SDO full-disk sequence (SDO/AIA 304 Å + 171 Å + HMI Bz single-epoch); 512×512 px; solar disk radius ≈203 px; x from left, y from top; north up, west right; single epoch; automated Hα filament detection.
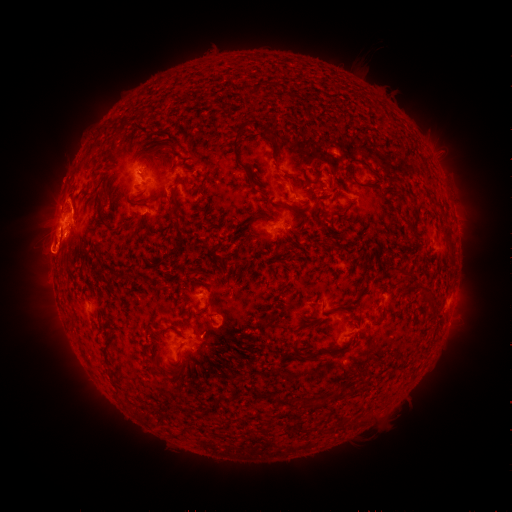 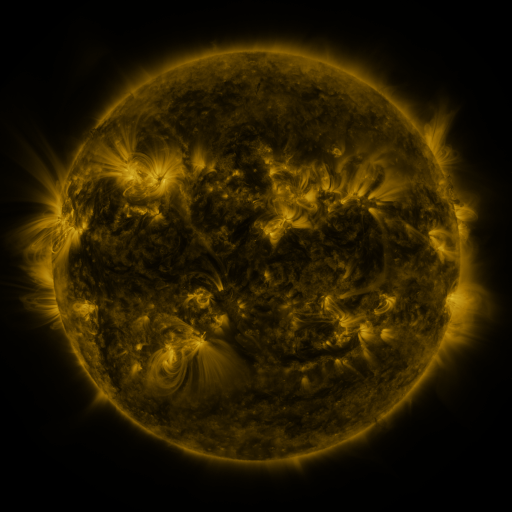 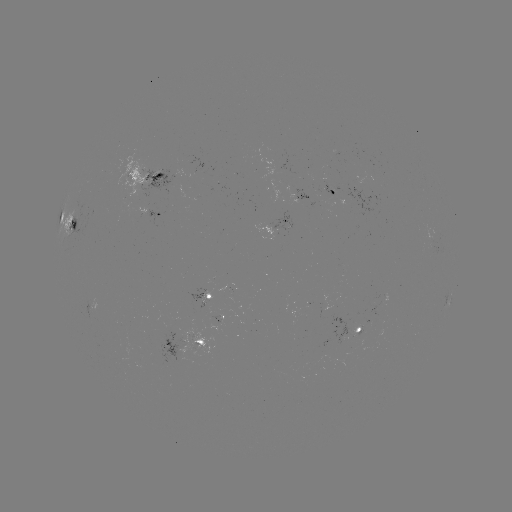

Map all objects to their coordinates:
filament: [253, 81, 264, 98]
filament: [231, 122, 249, 171]
filament: [266, 129, 278, 143]
filament: [353, 159, 370, 169]
filament: [345, 164, 355, 181]
filament: [169, 193, 177, 206]
filament: [97, 199, 115, 231]
filament: [163, 230, 184, 261]
filament: [398, 269, 411, 279]
filament: [309, 306, 316, 317]
filament: [373, 313, 386, 326]
filament: [194, 338, 204, 345]
filament: [289, 340, 304, 361]
filament: [306, 391, 339, 404]
